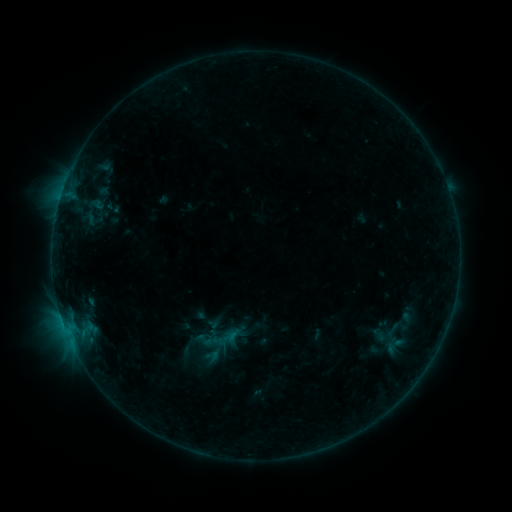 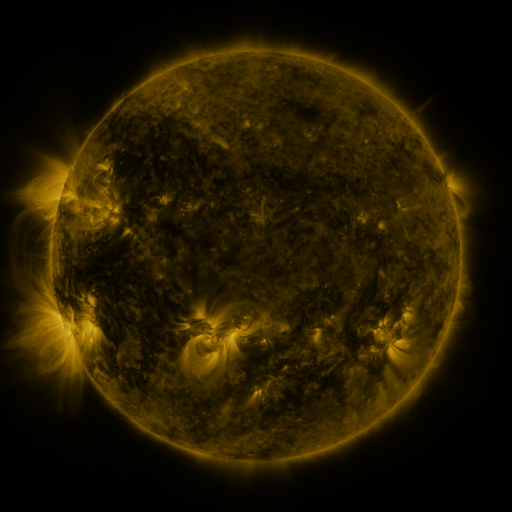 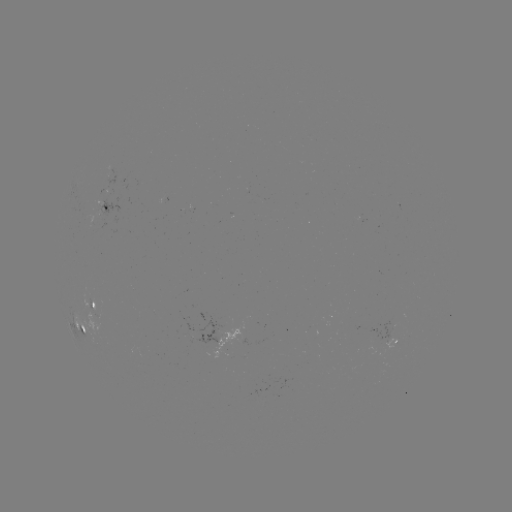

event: sigmoid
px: (223, 339)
